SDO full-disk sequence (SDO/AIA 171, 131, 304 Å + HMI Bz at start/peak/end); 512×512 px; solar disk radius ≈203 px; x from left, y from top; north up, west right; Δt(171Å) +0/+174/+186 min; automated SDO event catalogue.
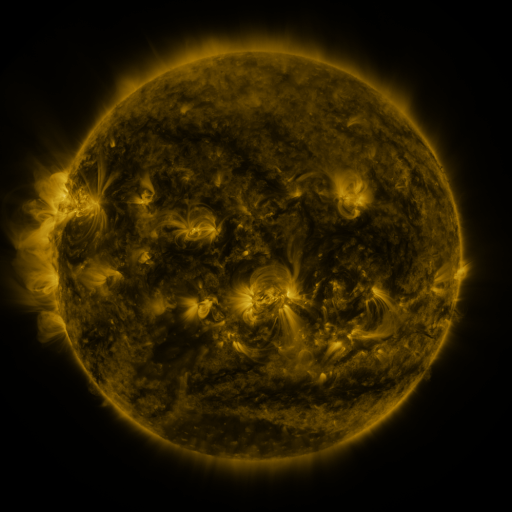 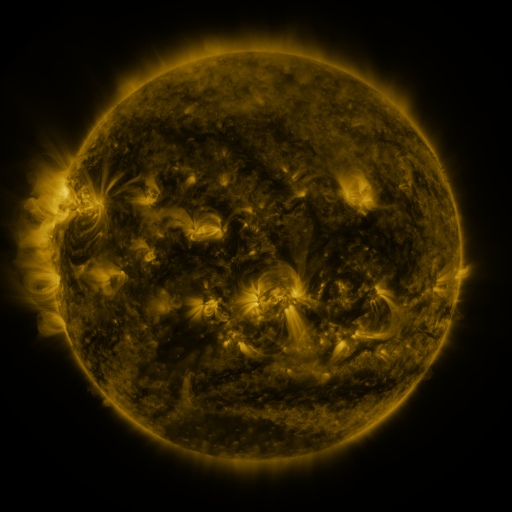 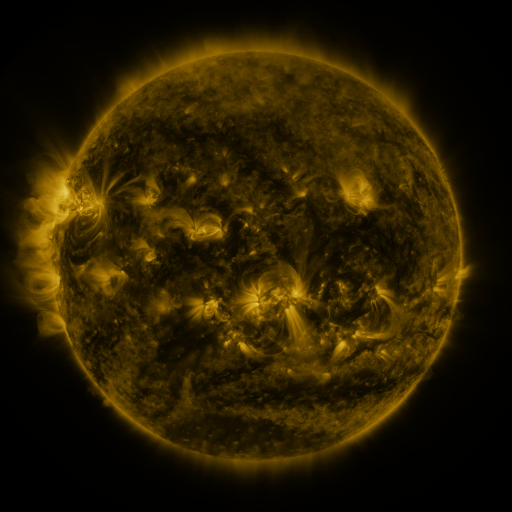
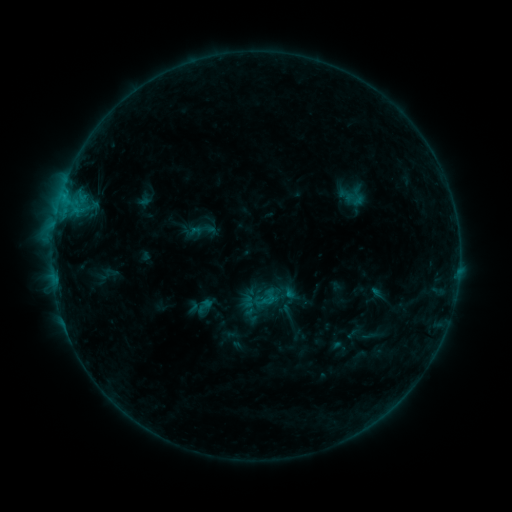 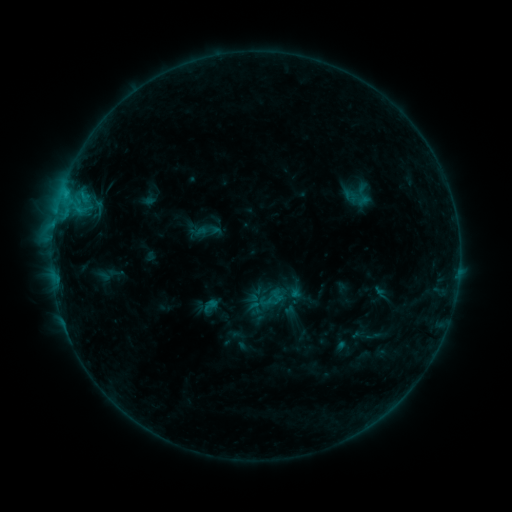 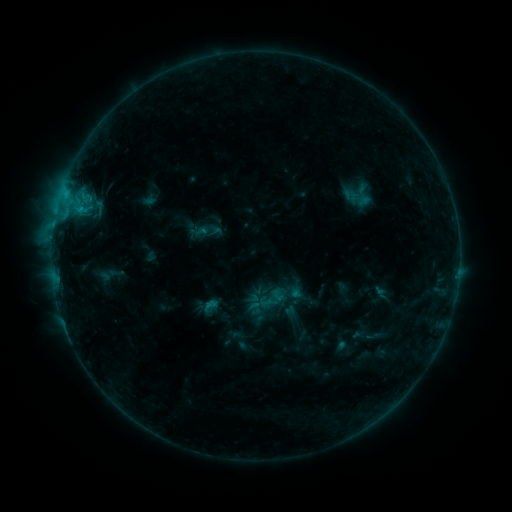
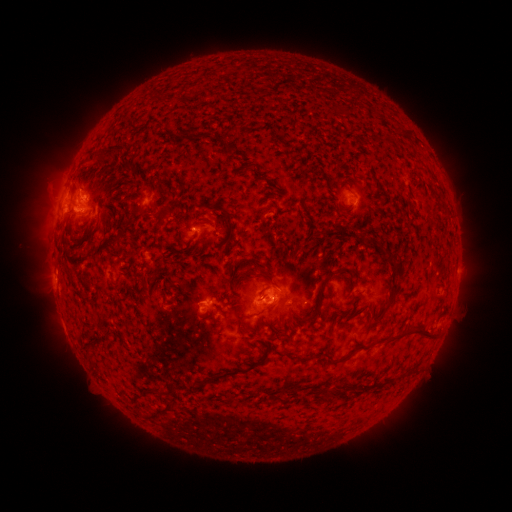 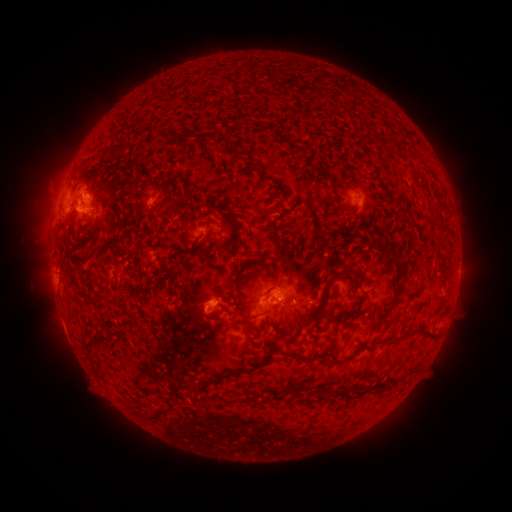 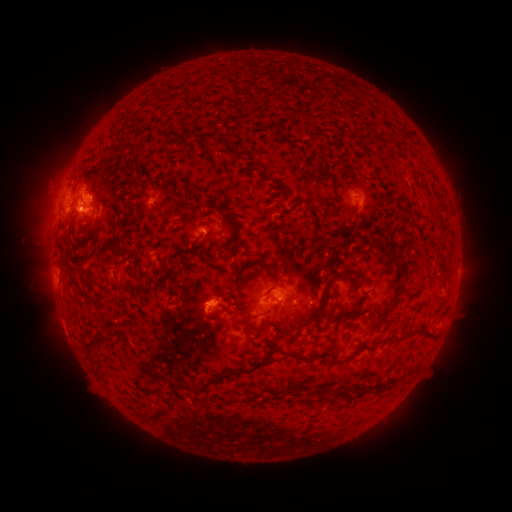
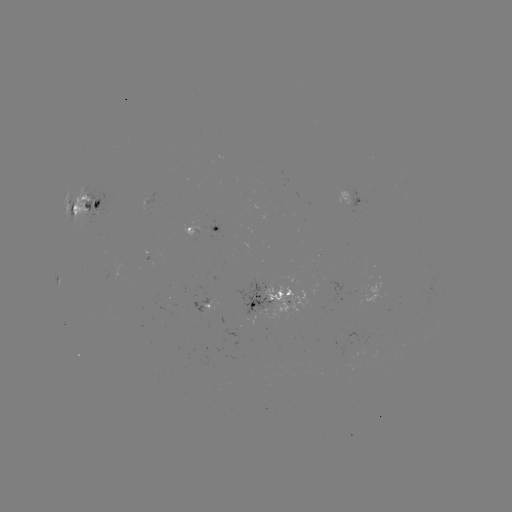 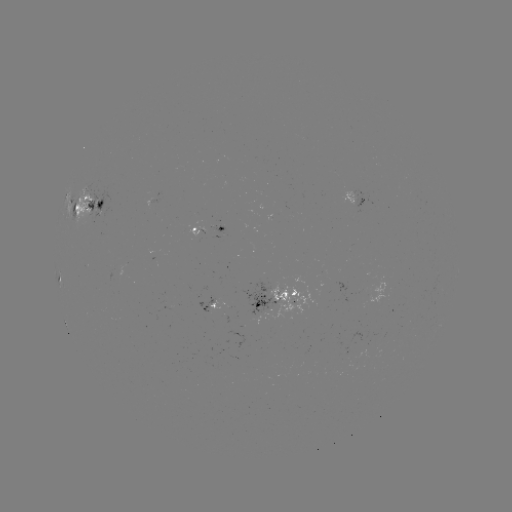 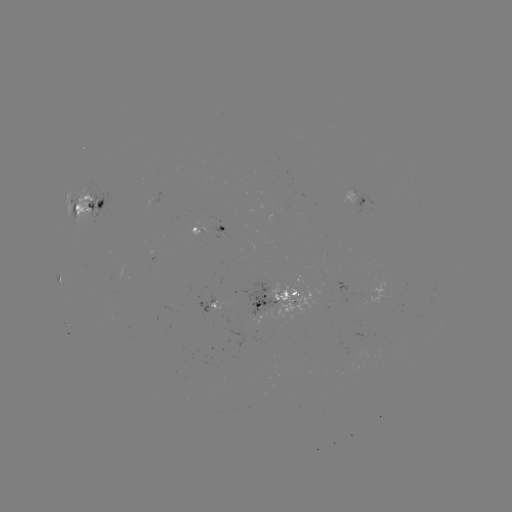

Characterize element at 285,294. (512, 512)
emerging-flux region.